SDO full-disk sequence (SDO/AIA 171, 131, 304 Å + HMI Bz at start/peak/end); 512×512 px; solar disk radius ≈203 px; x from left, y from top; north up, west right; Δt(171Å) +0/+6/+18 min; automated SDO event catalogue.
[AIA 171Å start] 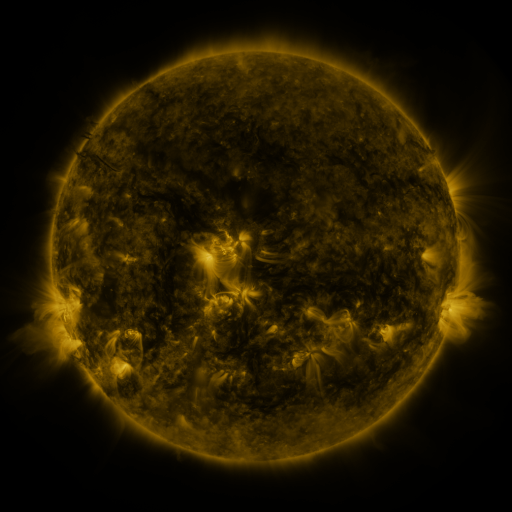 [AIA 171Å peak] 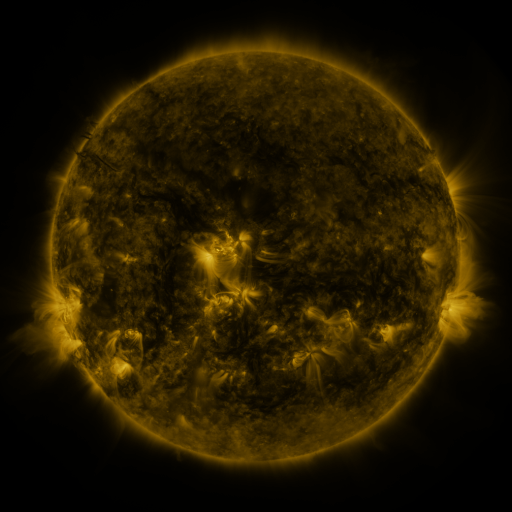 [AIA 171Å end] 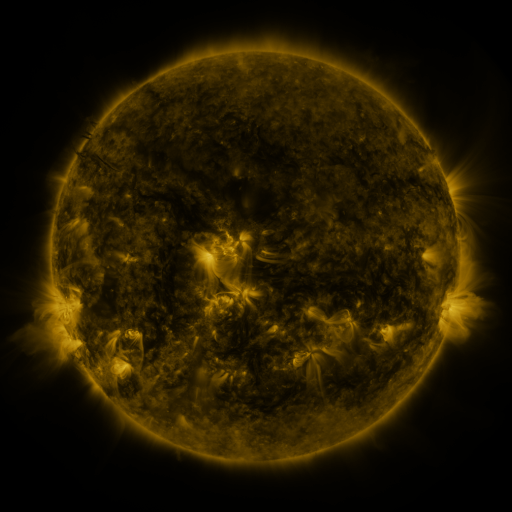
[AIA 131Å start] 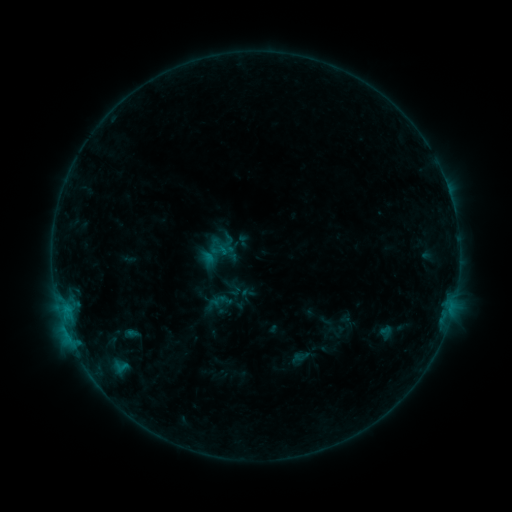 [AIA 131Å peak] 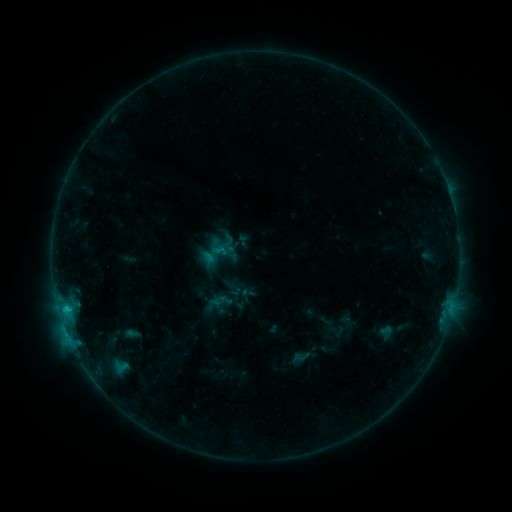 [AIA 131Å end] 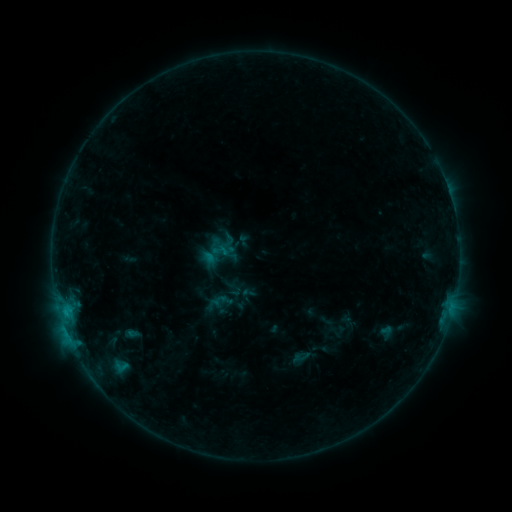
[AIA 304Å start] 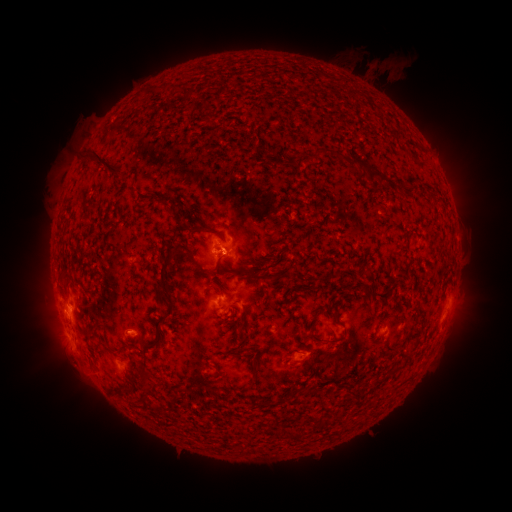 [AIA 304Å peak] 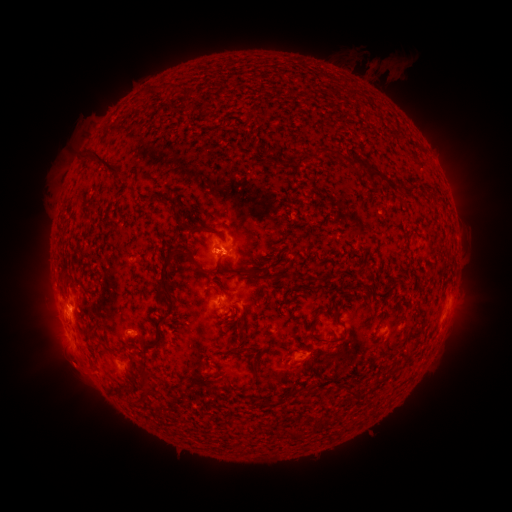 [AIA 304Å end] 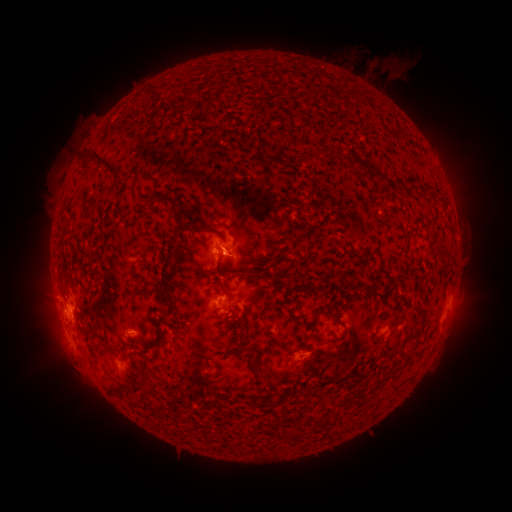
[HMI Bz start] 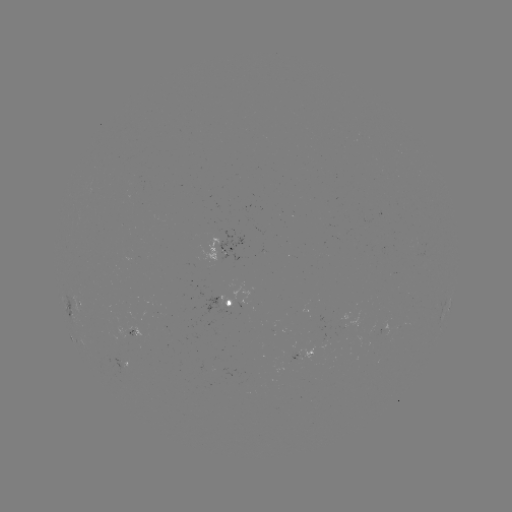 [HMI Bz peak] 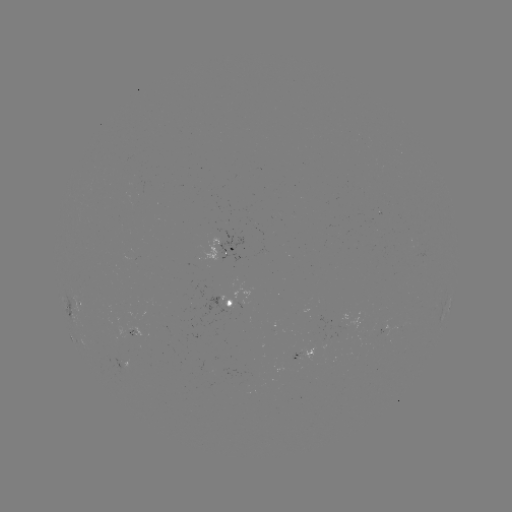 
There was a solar flare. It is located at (67, 308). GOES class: B7.4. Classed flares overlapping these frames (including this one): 1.